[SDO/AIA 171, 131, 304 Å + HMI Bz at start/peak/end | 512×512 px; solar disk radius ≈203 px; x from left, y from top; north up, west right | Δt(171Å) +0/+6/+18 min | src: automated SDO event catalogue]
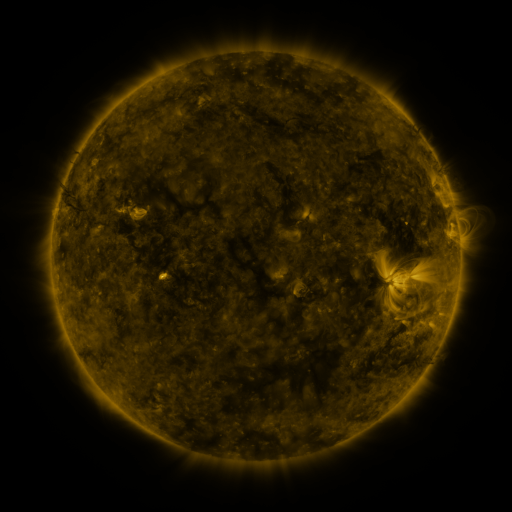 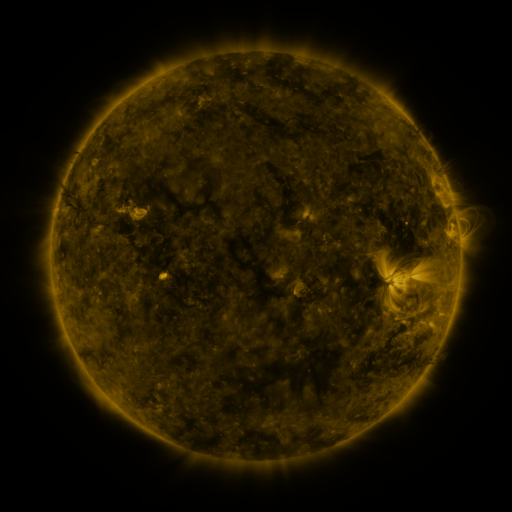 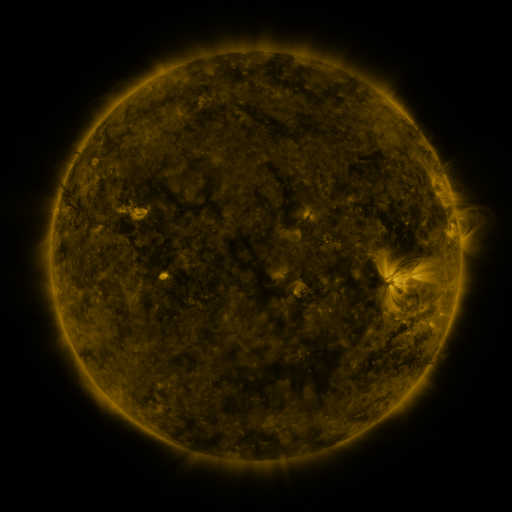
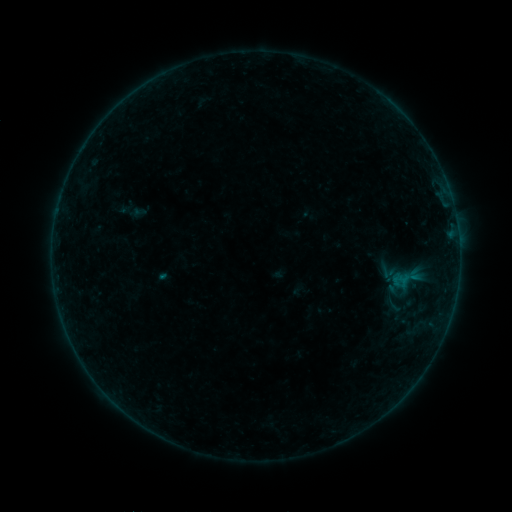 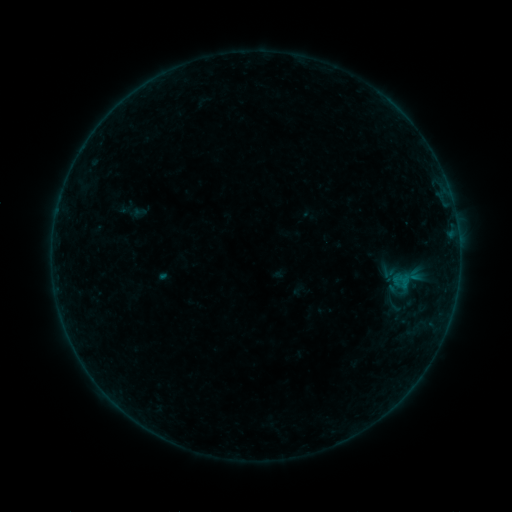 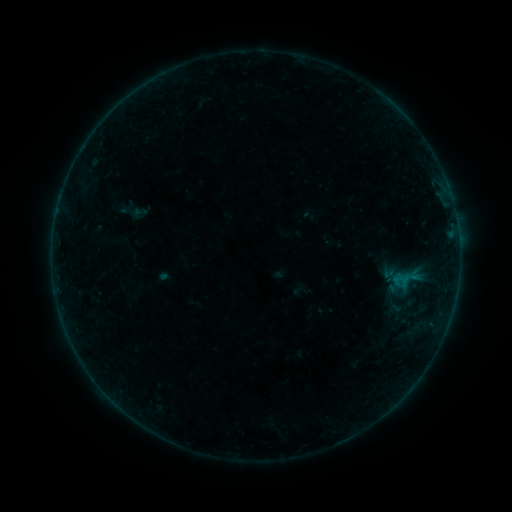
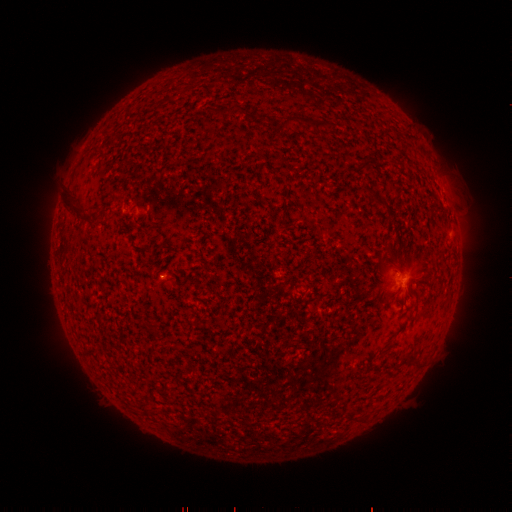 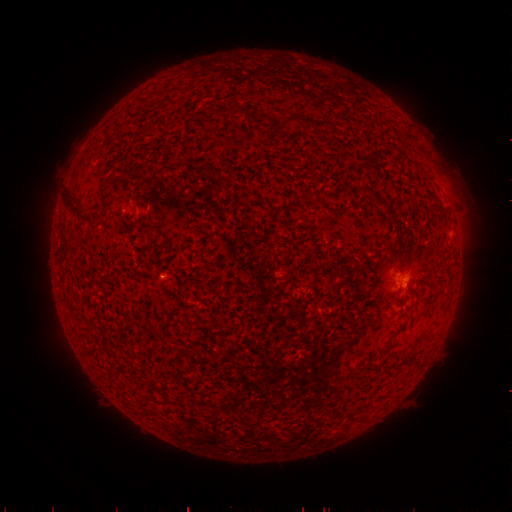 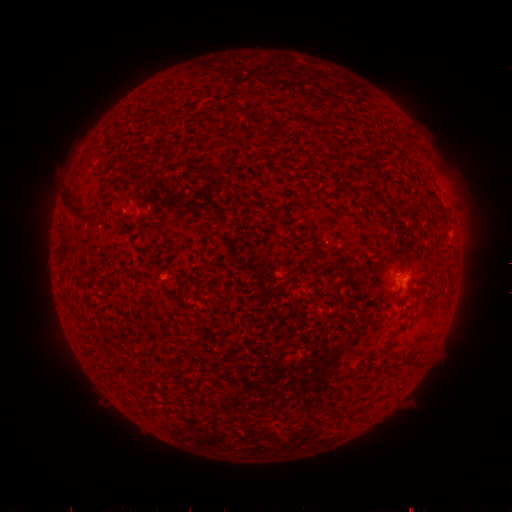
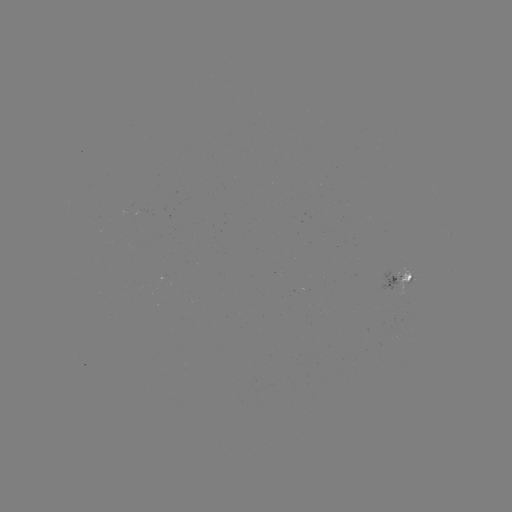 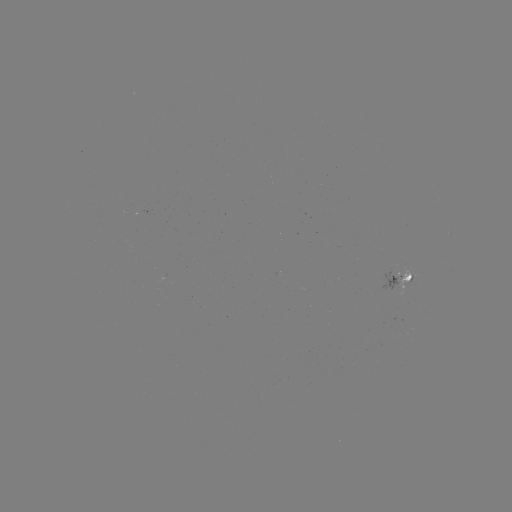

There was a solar flare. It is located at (406, 281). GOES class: B1.6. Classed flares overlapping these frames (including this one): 1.